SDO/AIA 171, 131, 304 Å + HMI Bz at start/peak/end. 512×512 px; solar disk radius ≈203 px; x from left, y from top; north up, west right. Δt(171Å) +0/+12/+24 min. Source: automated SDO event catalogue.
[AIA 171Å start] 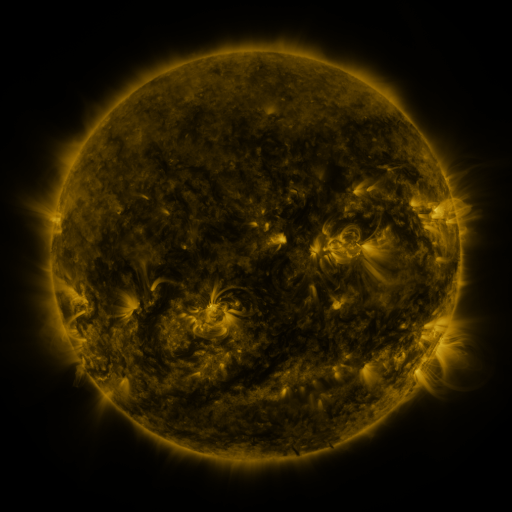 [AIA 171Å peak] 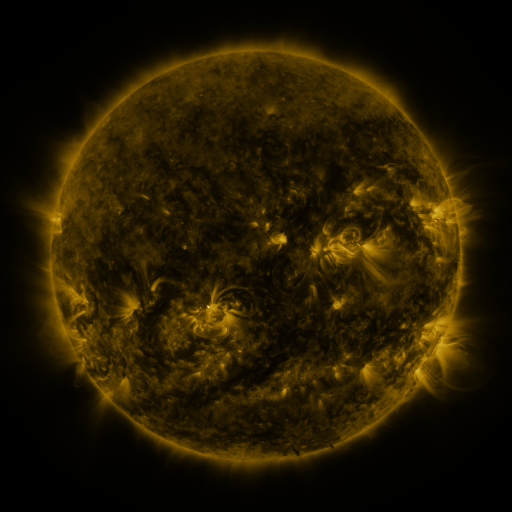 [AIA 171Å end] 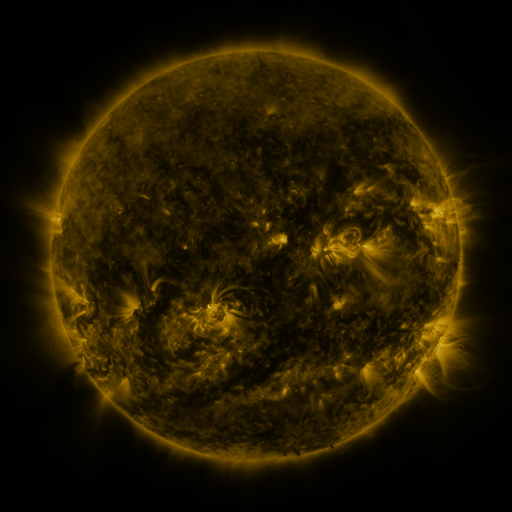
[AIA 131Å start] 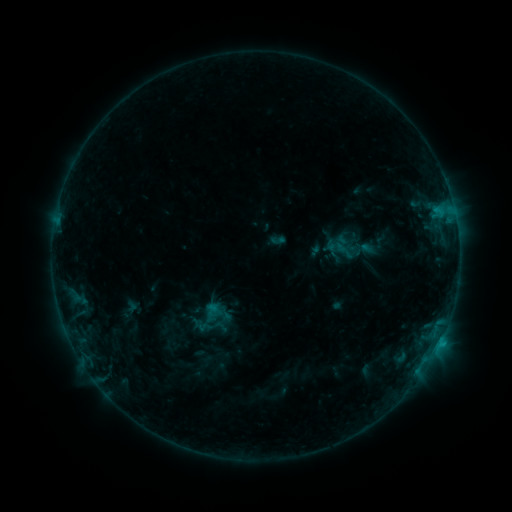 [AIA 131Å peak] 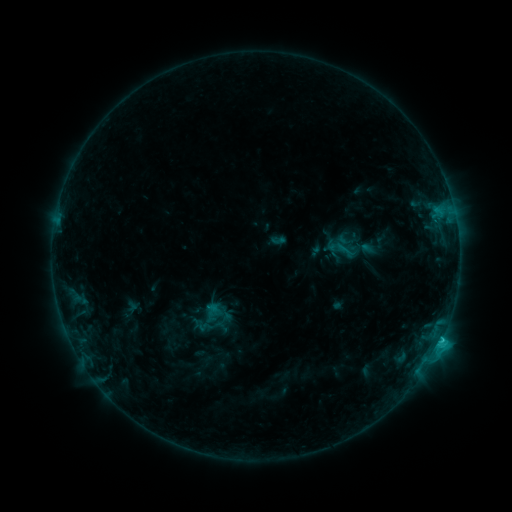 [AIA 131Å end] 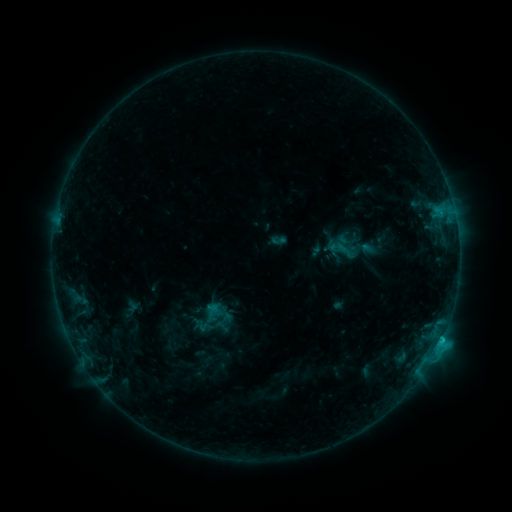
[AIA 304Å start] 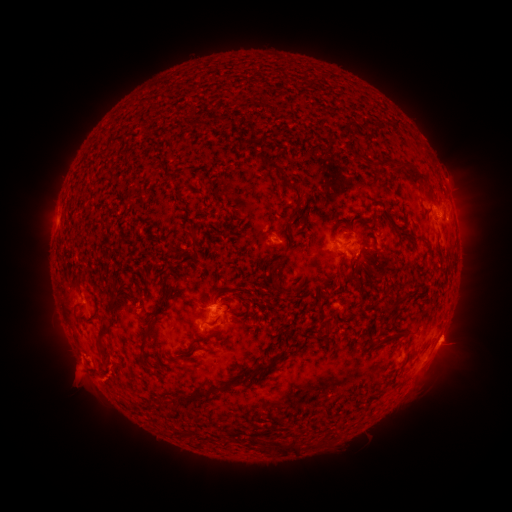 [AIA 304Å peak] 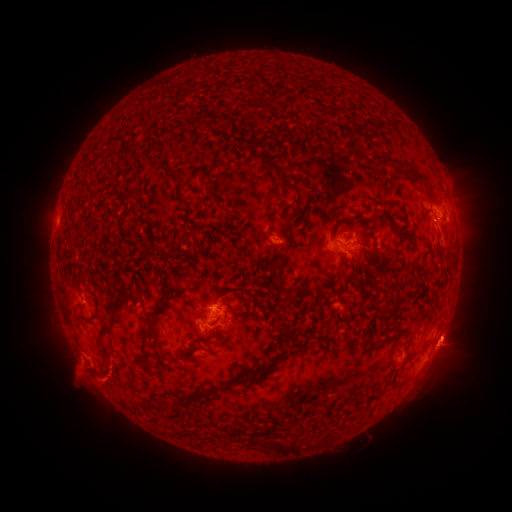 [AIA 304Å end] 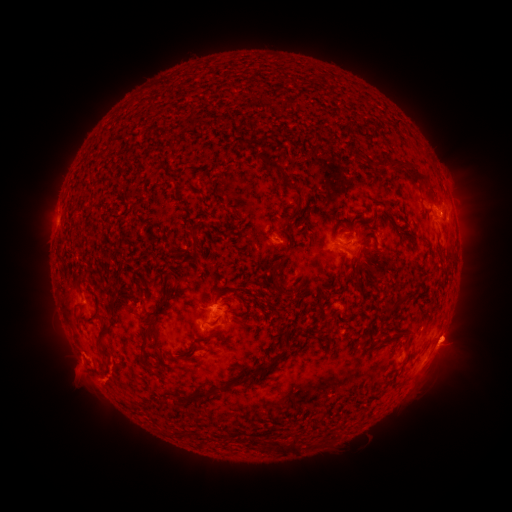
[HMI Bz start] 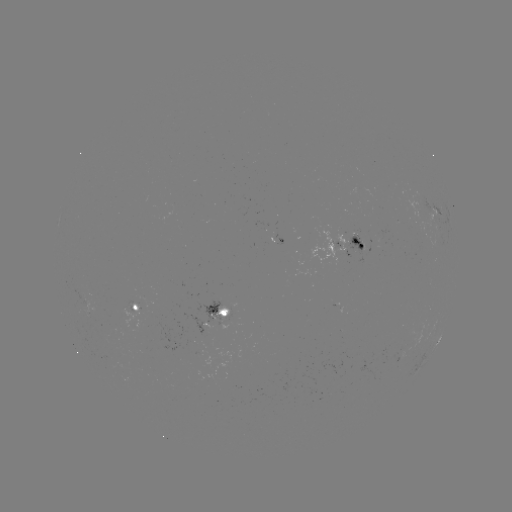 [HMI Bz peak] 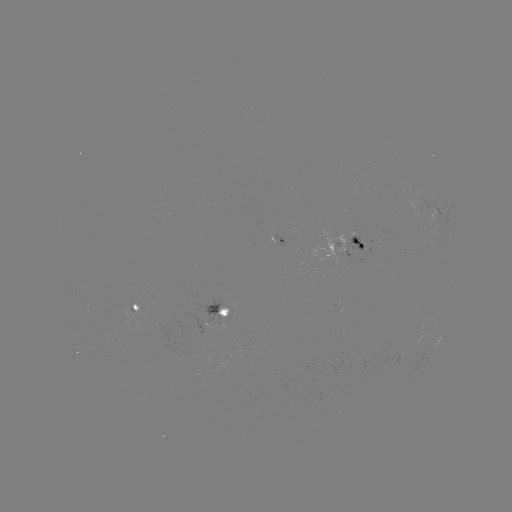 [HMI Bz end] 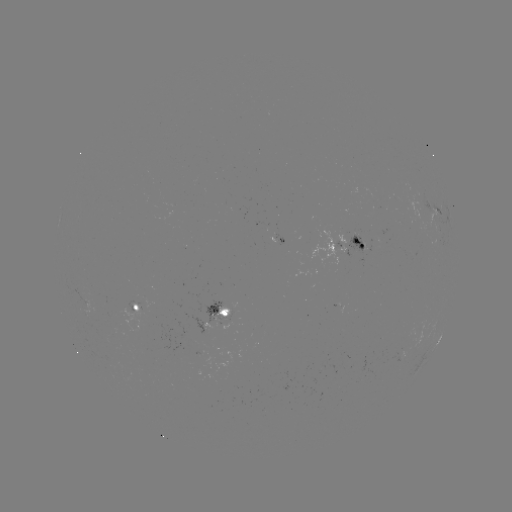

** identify C1.8 flare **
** [441, 339] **